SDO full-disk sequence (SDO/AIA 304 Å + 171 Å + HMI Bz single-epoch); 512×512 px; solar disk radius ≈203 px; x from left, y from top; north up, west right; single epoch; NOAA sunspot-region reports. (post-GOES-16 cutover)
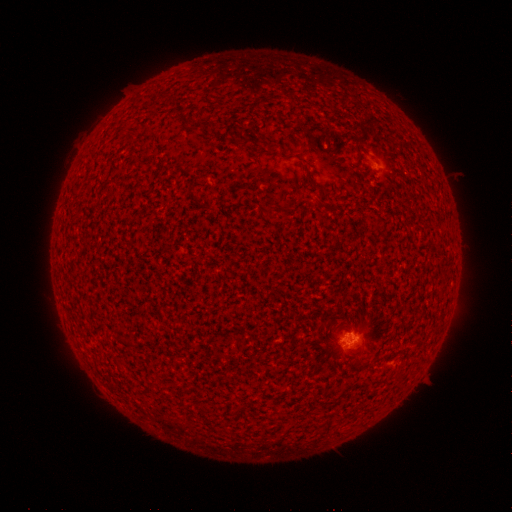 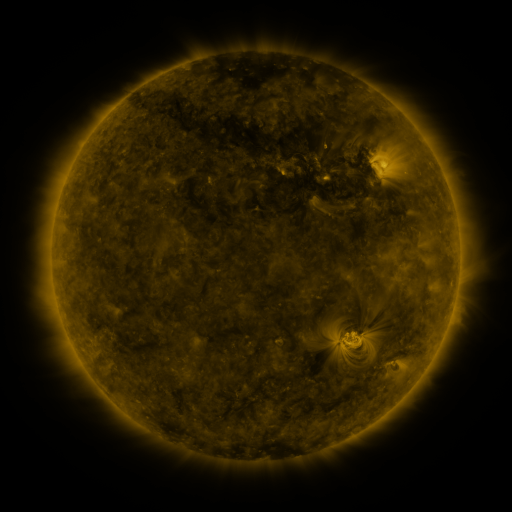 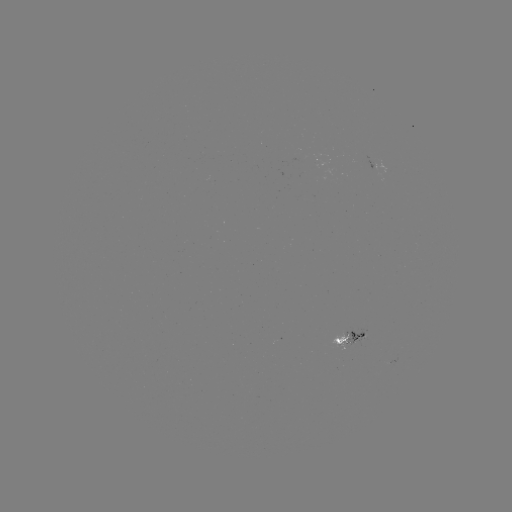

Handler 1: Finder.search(spotted active region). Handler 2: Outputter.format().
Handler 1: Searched spotted active region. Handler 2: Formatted (352, 335).